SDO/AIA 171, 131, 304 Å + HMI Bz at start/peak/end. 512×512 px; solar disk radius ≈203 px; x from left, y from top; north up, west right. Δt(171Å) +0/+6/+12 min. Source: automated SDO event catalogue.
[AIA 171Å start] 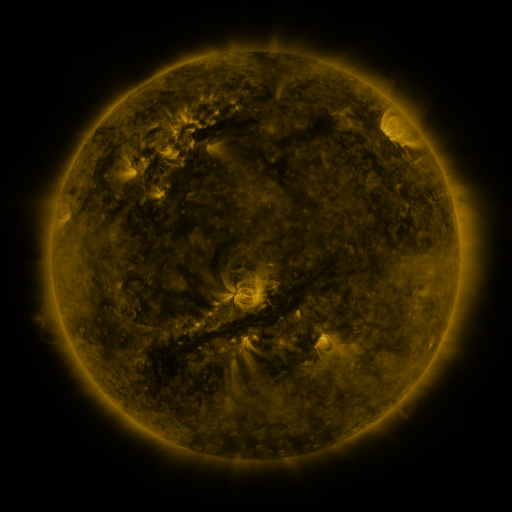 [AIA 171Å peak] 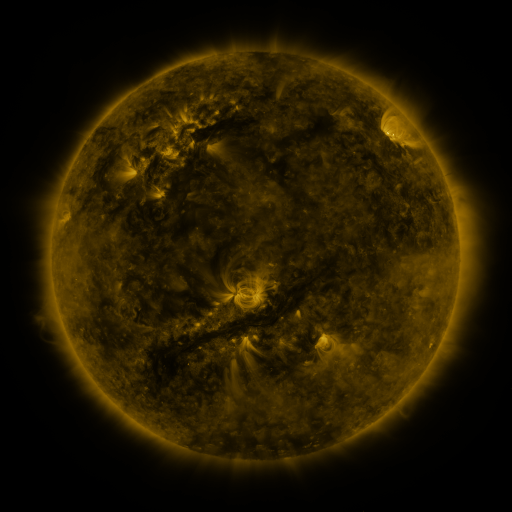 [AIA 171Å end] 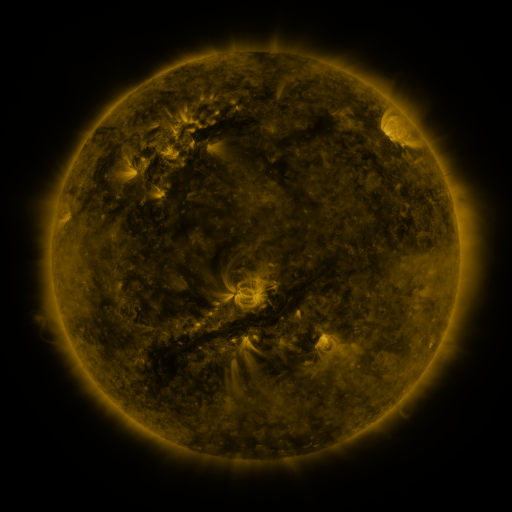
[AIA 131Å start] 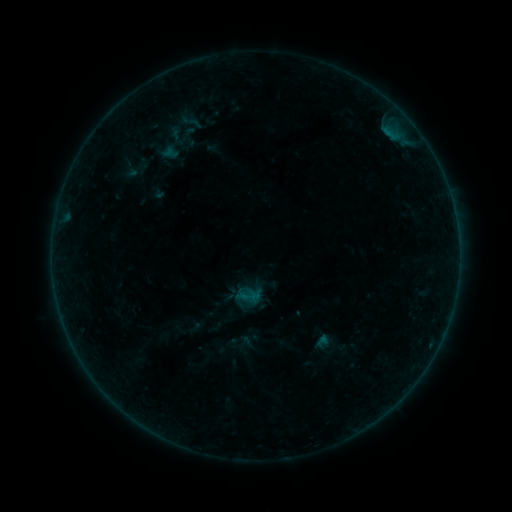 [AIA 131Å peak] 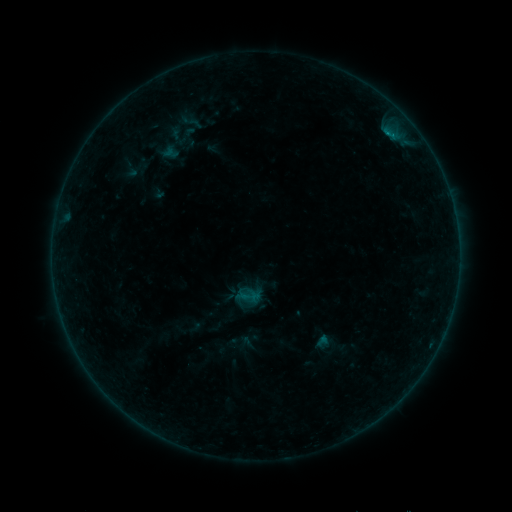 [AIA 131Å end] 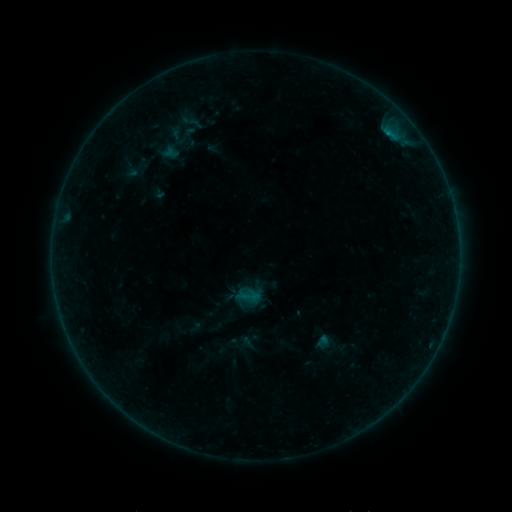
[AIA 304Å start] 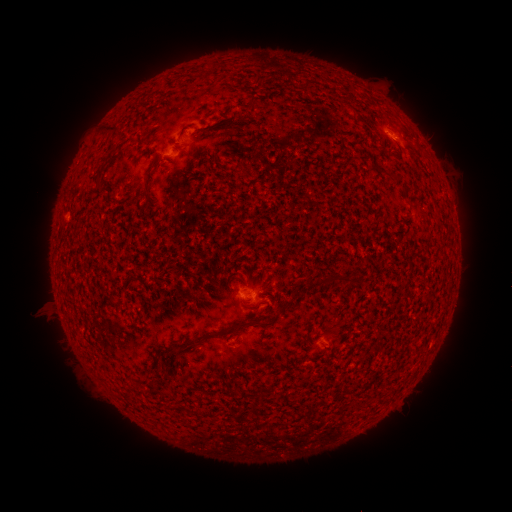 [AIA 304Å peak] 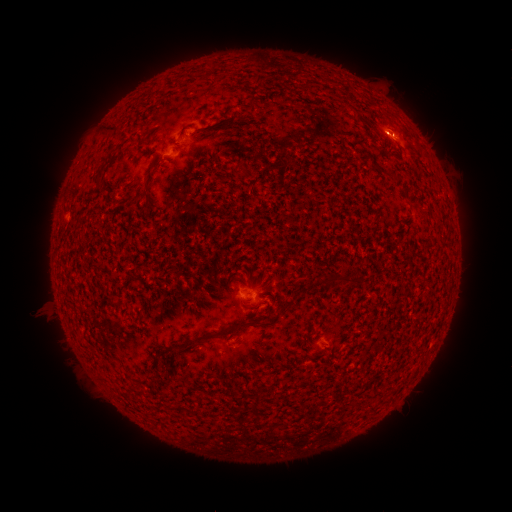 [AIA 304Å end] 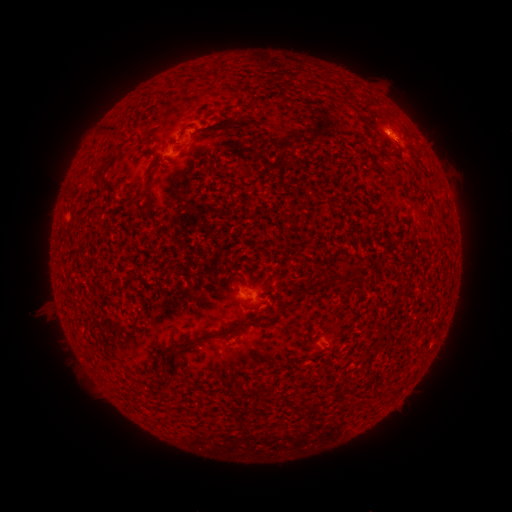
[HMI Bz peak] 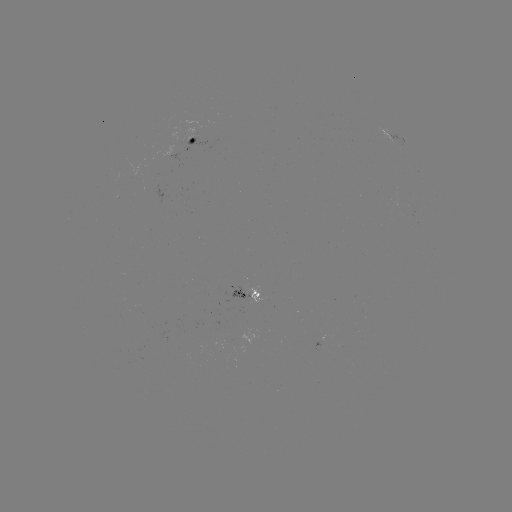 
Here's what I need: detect B3.6 flare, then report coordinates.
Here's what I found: B3.6 flare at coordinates (387, 136).